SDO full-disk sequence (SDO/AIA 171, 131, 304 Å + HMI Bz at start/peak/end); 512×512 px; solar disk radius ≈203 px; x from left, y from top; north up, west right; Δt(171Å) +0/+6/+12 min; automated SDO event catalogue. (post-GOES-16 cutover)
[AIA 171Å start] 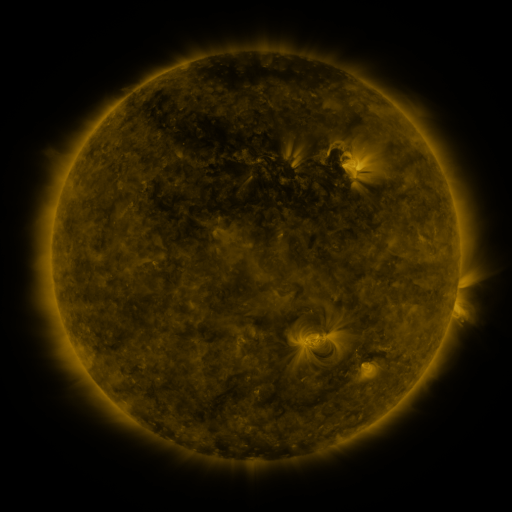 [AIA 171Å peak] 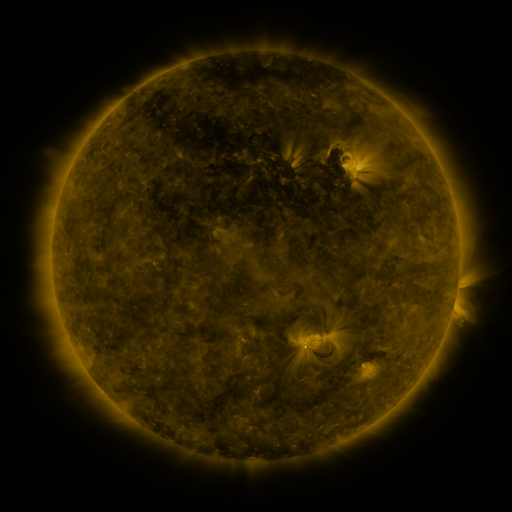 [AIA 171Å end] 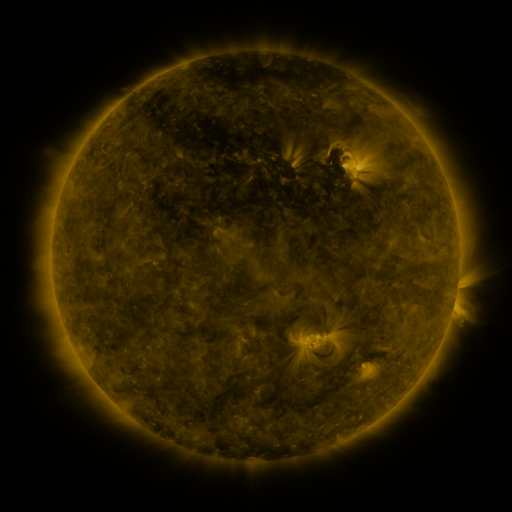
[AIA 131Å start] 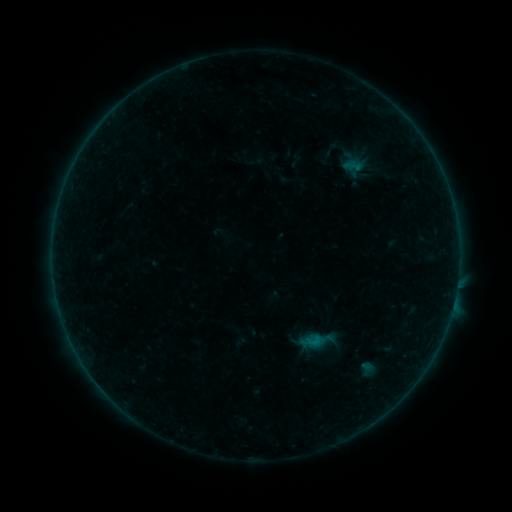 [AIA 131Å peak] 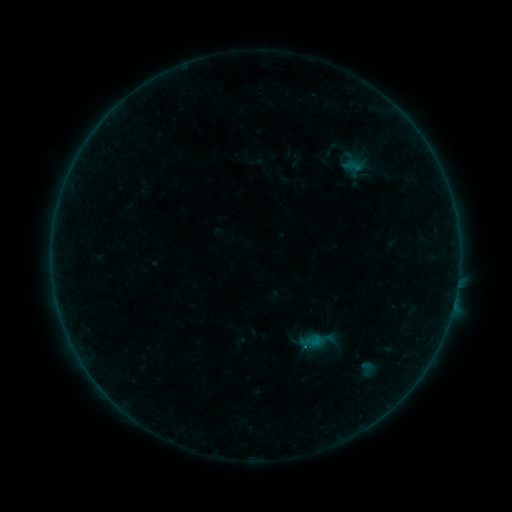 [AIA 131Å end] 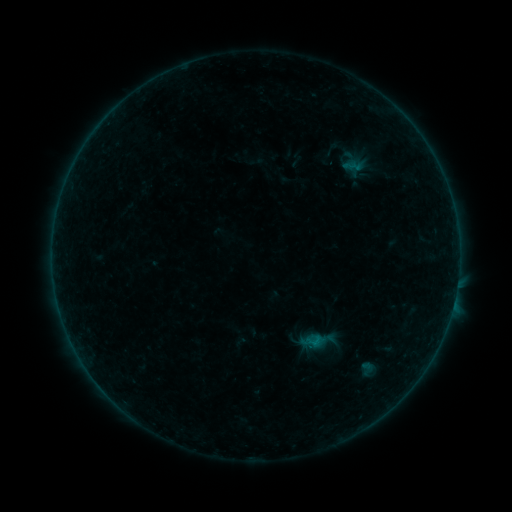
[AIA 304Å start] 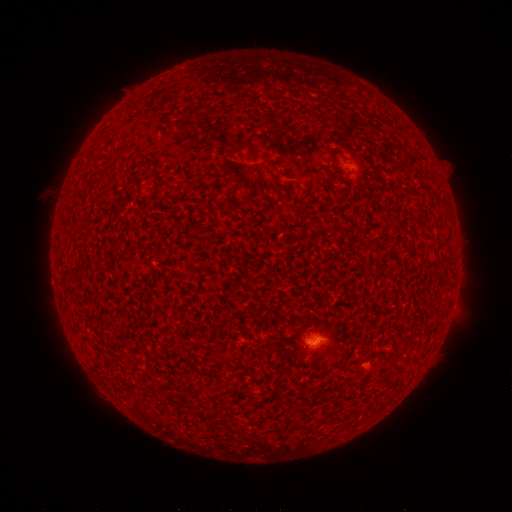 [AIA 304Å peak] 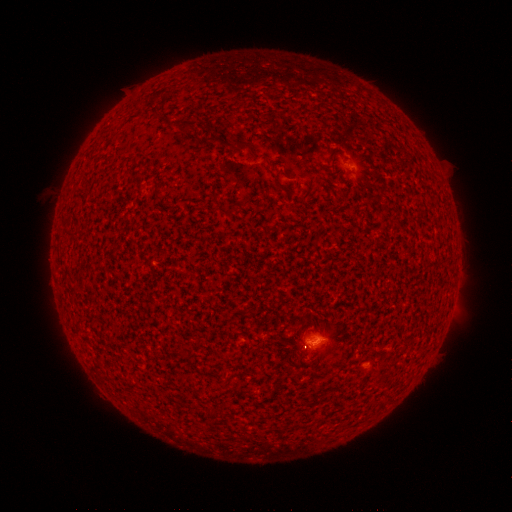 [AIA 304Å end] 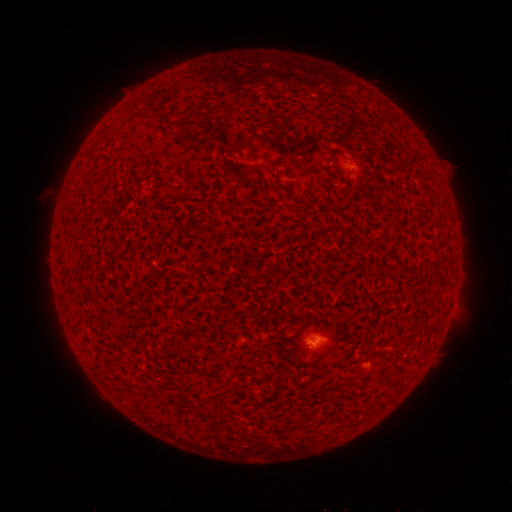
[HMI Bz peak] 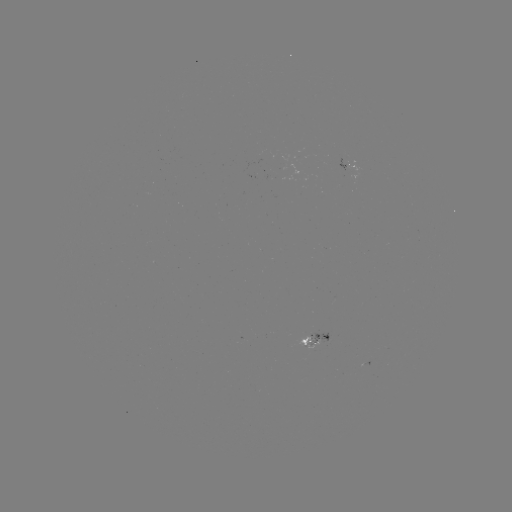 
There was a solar flare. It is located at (305, 344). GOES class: B2.2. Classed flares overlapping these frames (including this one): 1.